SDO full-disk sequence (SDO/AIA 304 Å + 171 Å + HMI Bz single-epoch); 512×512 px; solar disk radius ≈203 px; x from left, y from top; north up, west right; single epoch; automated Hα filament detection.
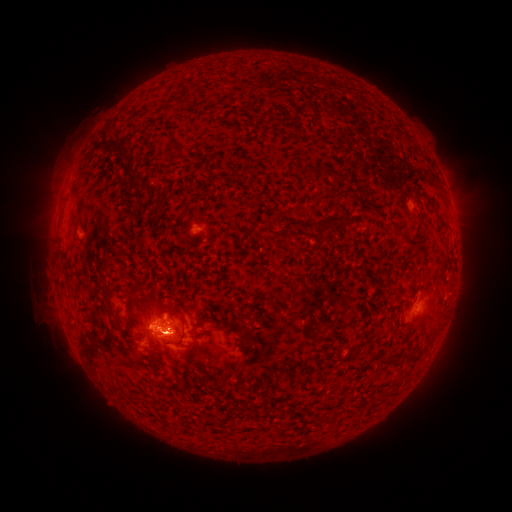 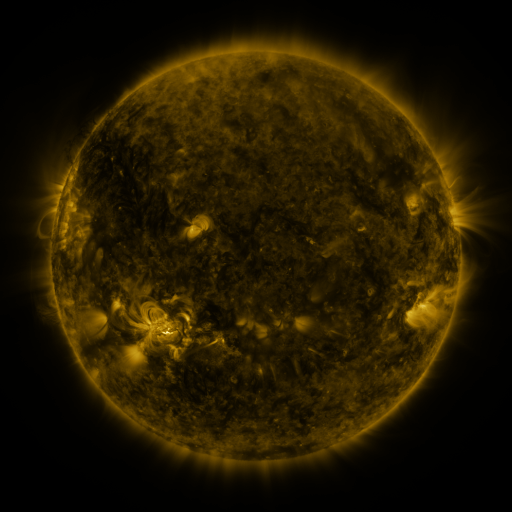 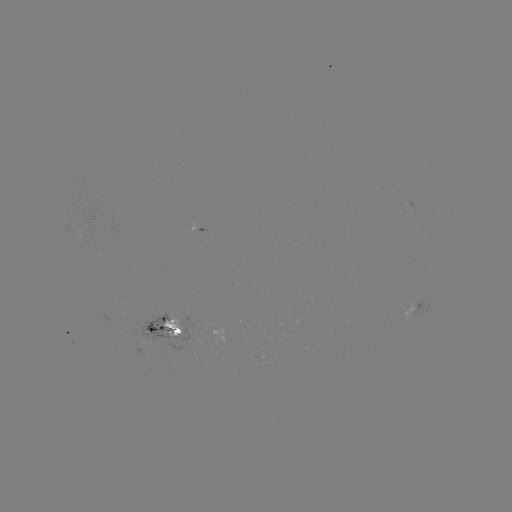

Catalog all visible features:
filament: (403, 131, 412, 143)
filament: (119, 153, 131, 163)
filament: (305, 165, 316, 174)
filament: (294, 166, 302, 175)
filament: (130, 171, 142, 184)
filament: (153, 203, 166, 220)
filament: (315, 214, 351, 231)
filament: (397, 229, 426, 248)
filament: (103, 283, 117, 320)
filament: (187, 331, 209, 353)
filament: (406, 348, 422, 361)
filament: (385, 351, 401, 362)
filament: (179, 380, 188, 388)
filament: (188, 405, 200, 414)
